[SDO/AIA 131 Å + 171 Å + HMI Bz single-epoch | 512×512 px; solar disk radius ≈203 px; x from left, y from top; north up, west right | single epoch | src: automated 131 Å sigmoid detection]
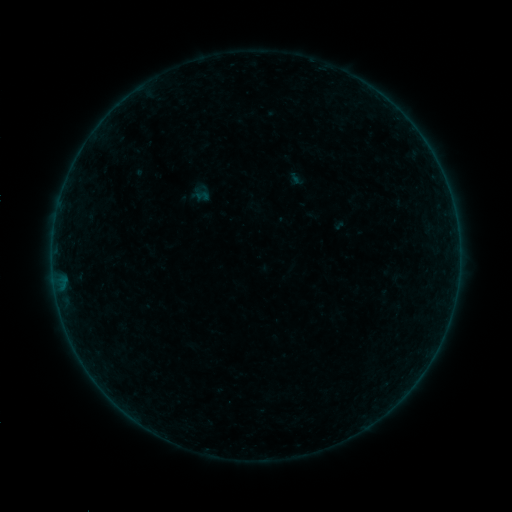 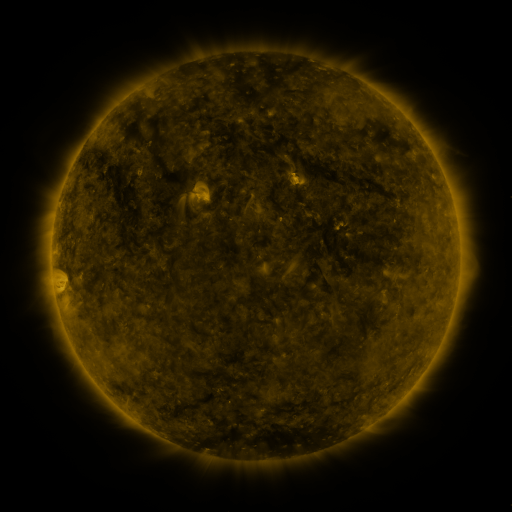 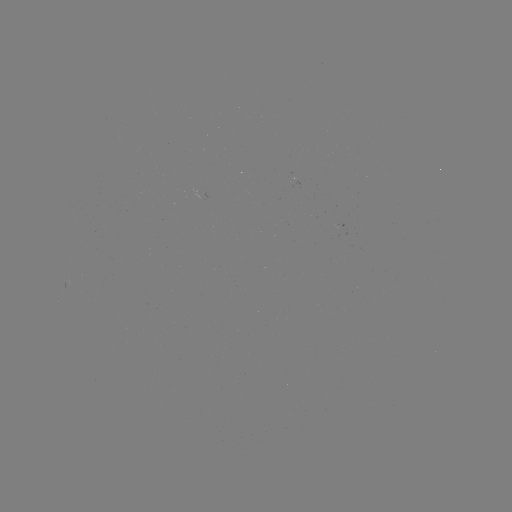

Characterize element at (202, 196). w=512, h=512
sigmoid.